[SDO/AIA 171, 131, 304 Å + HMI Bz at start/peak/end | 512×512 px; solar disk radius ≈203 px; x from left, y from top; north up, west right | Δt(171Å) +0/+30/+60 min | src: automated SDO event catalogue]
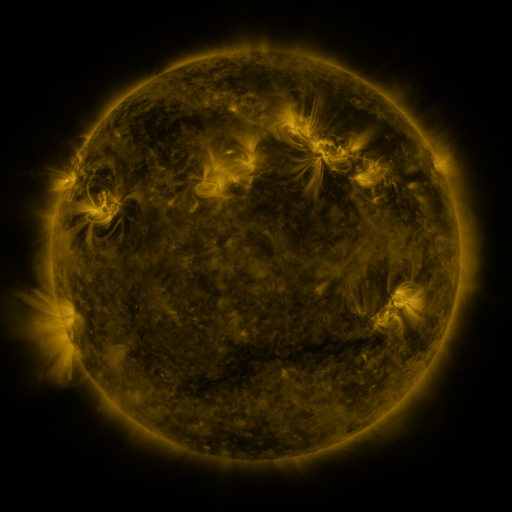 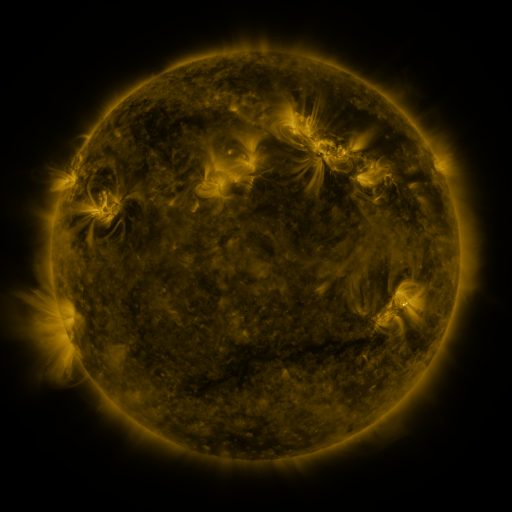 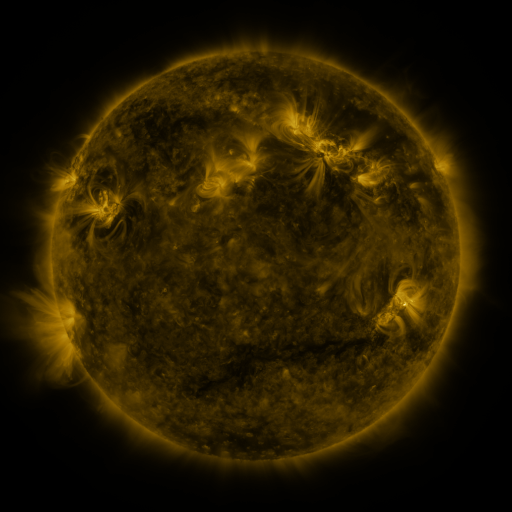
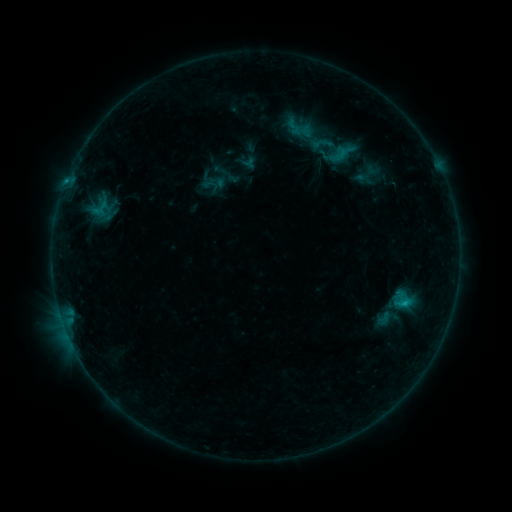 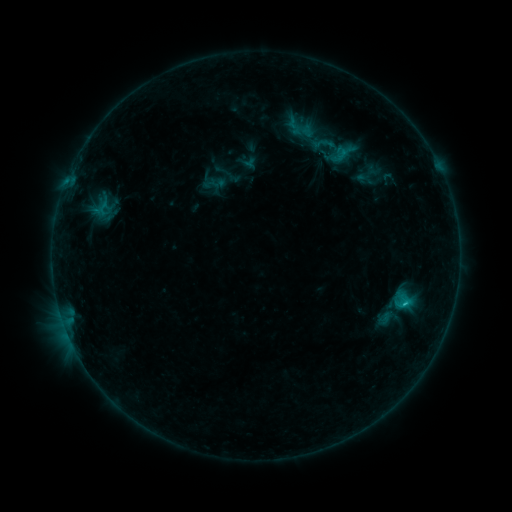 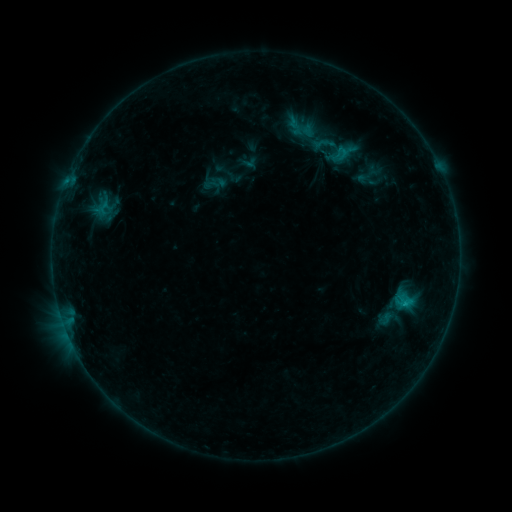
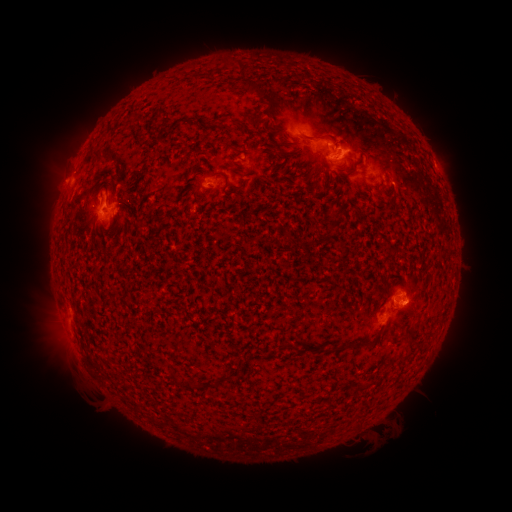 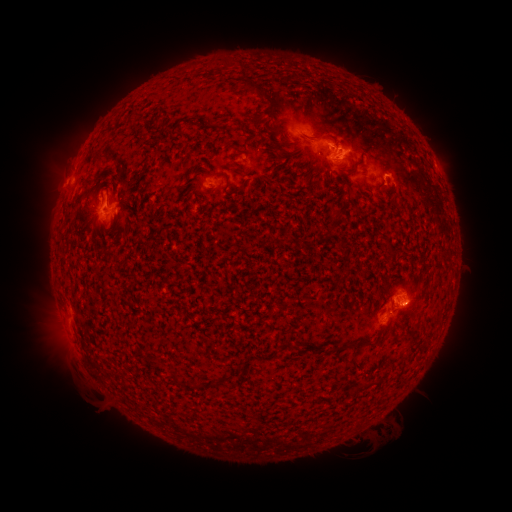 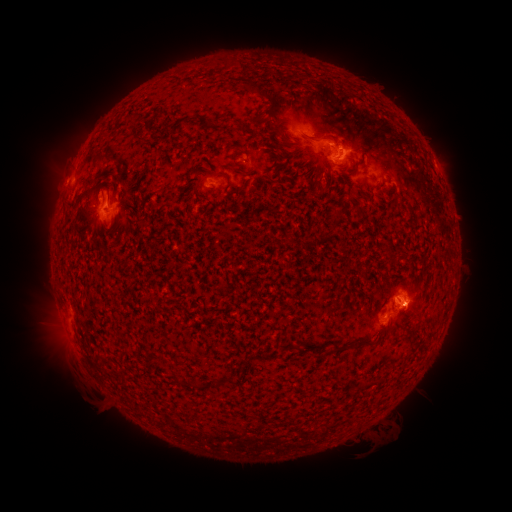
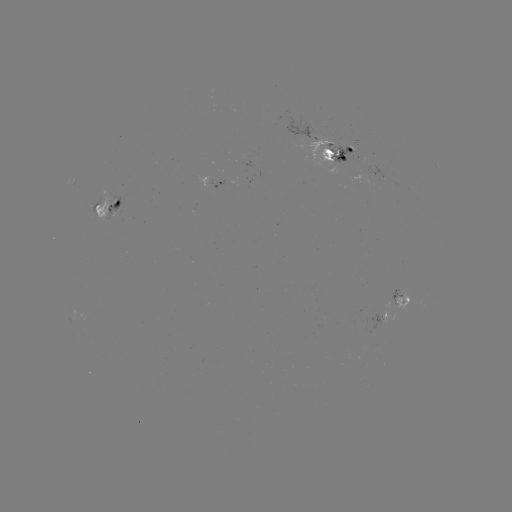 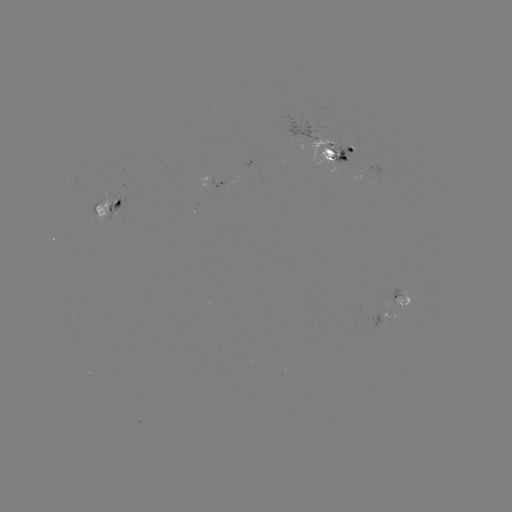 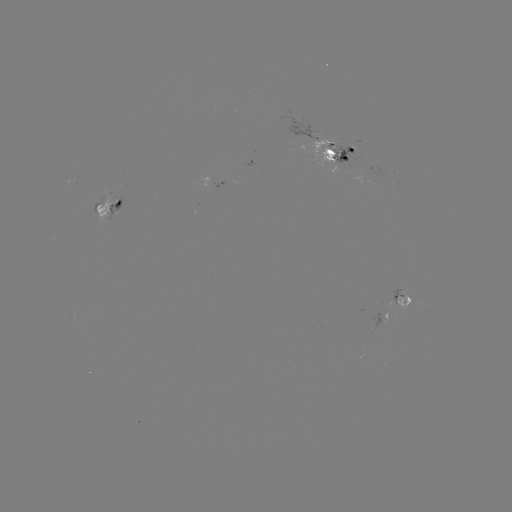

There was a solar emerging-flux region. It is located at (369, 173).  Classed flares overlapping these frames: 3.